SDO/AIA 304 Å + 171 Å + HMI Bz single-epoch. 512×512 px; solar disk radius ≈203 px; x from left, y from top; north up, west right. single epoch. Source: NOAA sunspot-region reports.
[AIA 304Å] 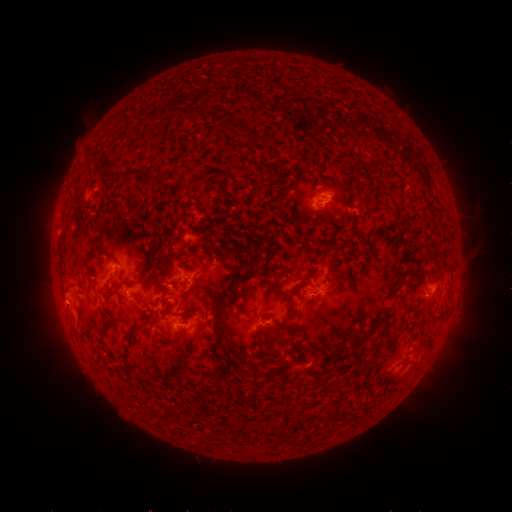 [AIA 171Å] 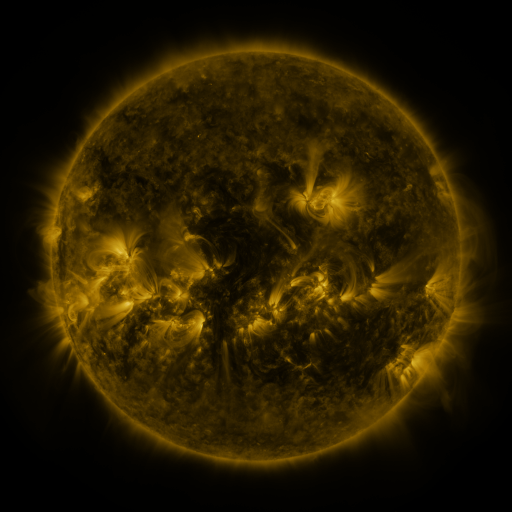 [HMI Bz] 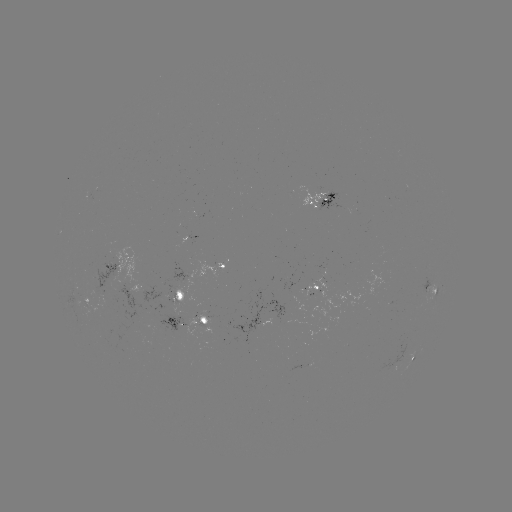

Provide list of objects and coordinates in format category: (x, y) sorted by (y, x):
spotted active region: (321, 199)
spotted active region: (115, 263)
spotted active region: (224, 265)
spotted active region: (314, 284)
spotted active region: (432, 286)
spotted active region: (128, 287)
spotted active region: (182, 291)
spotted active region: (87, 299)
spotted active region: (191, 319)
spotted active region: (415, 353)
